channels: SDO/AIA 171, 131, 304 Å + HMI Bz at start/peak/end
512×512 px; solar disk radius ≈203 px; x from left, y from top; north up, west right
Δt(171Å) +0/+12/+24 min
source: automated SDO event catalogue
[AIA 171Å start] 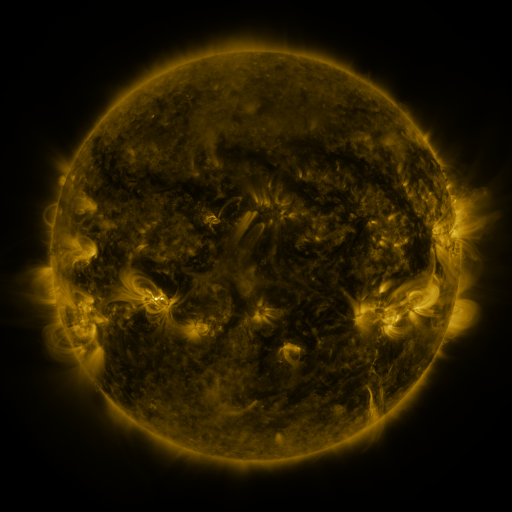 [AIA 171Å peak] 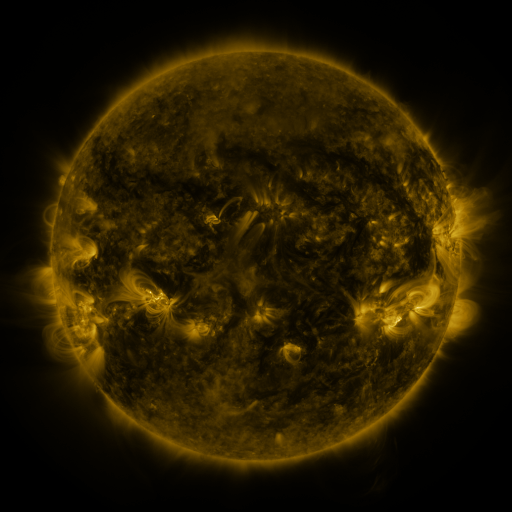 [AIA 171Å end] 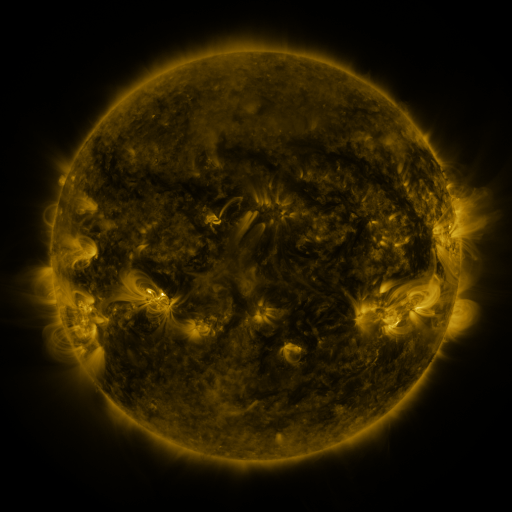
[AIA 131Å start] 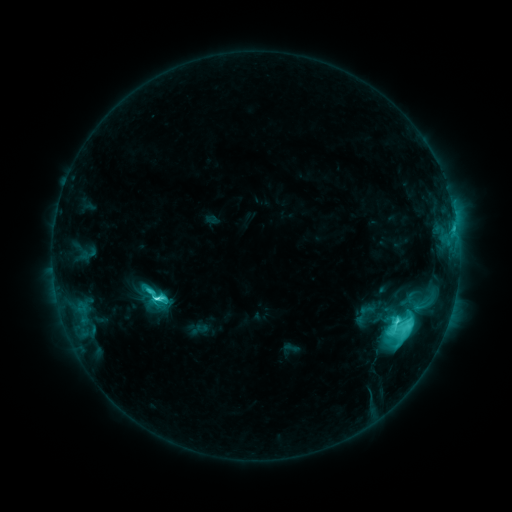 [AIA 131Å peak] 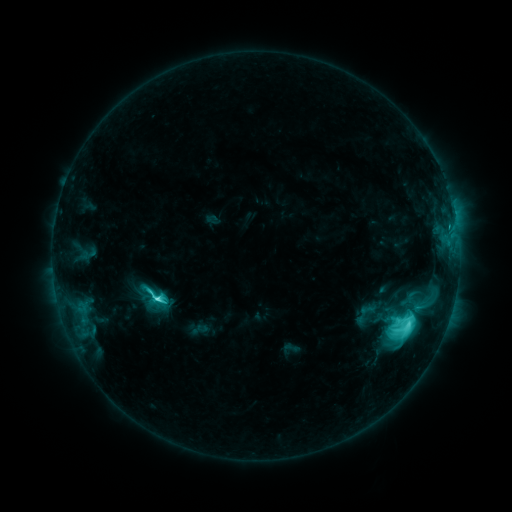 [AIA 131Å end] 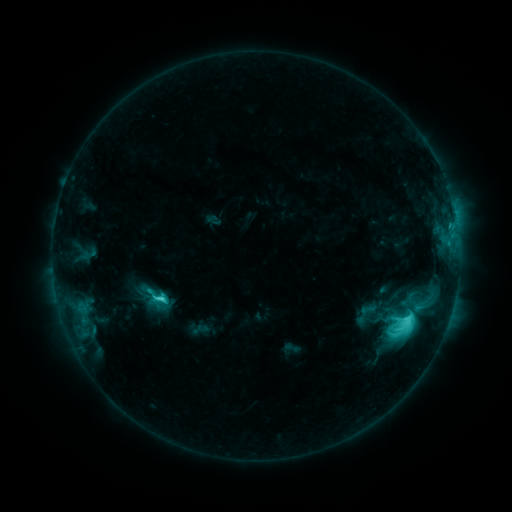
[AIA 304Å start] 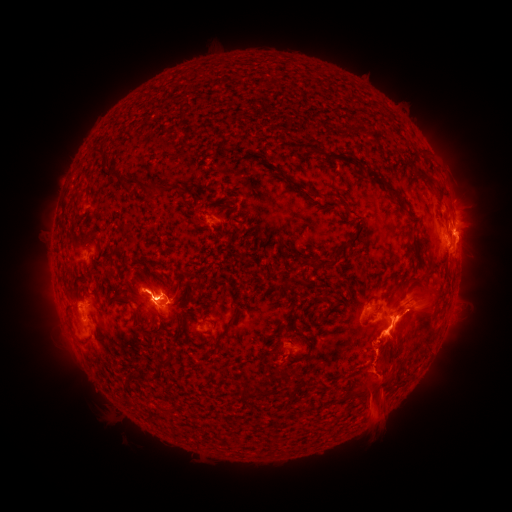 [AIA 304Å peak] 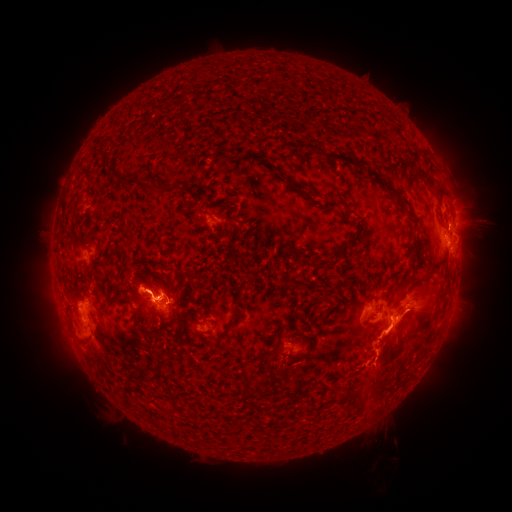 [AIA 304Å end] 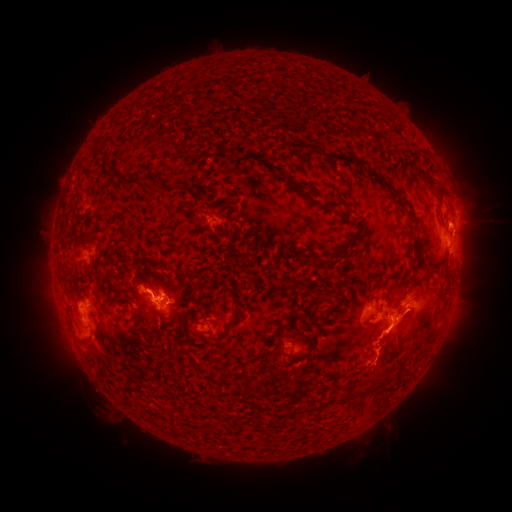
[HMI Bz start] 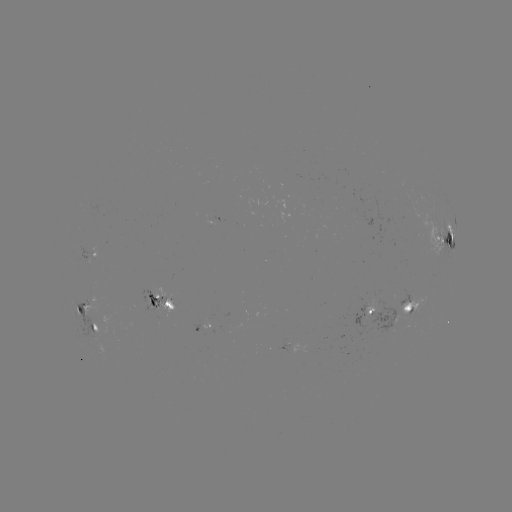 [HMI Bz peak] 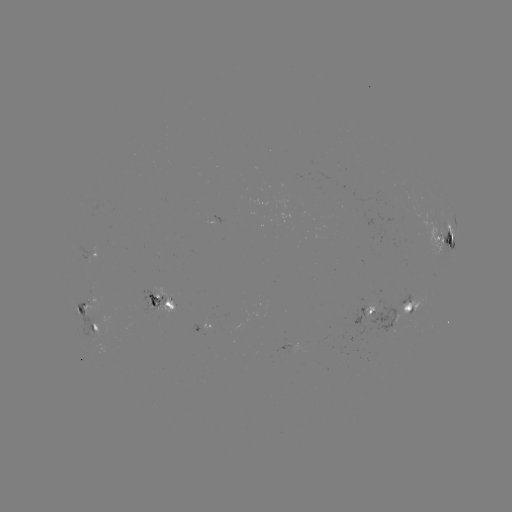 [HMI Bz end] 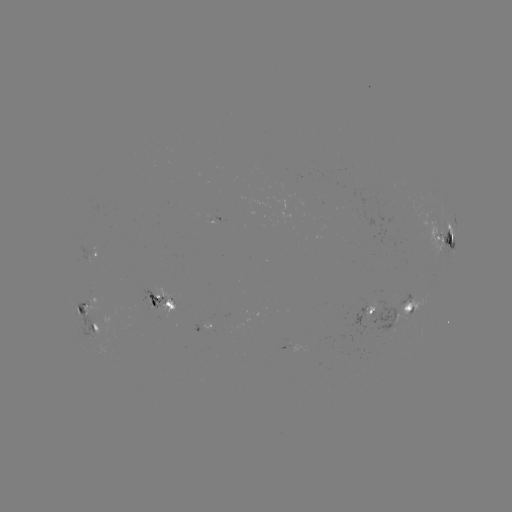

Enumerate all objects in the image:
eruption: (378, 412)
